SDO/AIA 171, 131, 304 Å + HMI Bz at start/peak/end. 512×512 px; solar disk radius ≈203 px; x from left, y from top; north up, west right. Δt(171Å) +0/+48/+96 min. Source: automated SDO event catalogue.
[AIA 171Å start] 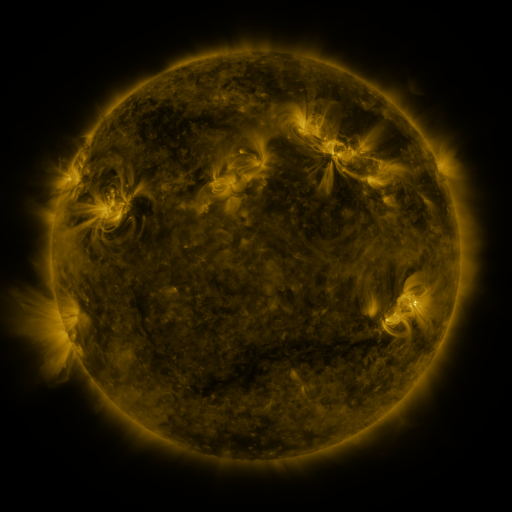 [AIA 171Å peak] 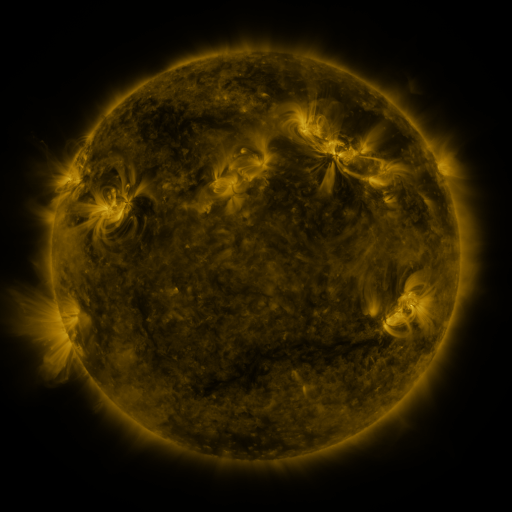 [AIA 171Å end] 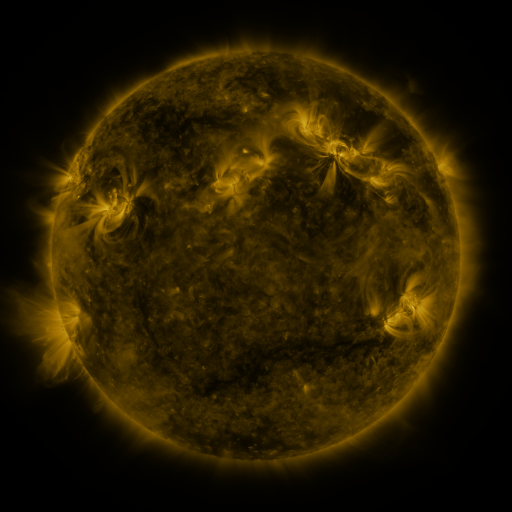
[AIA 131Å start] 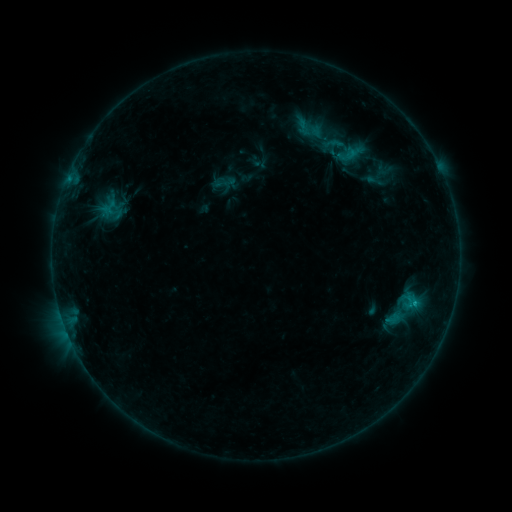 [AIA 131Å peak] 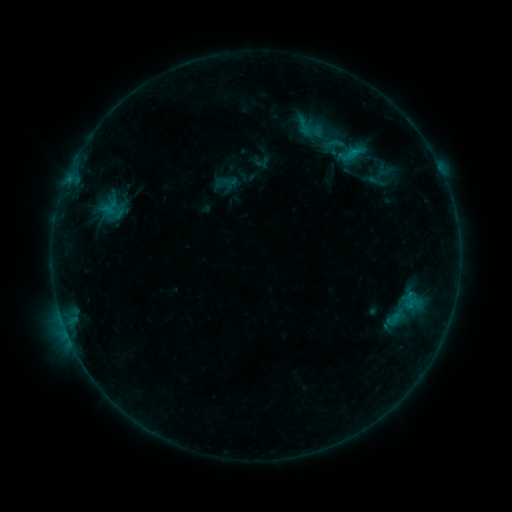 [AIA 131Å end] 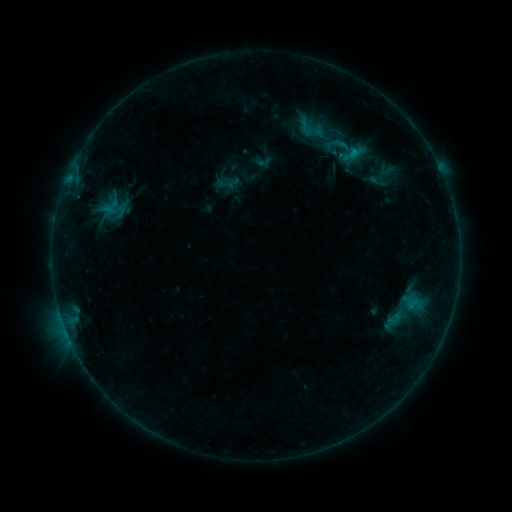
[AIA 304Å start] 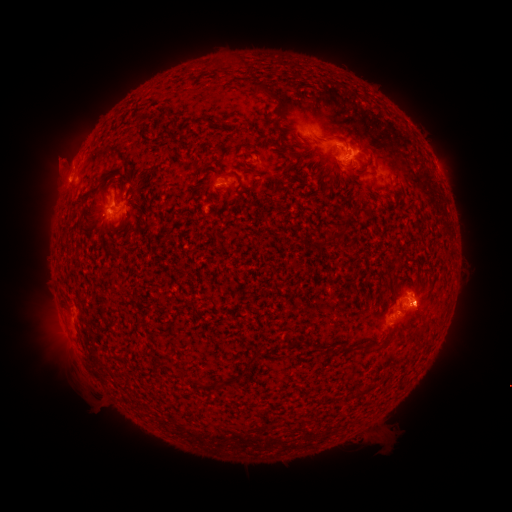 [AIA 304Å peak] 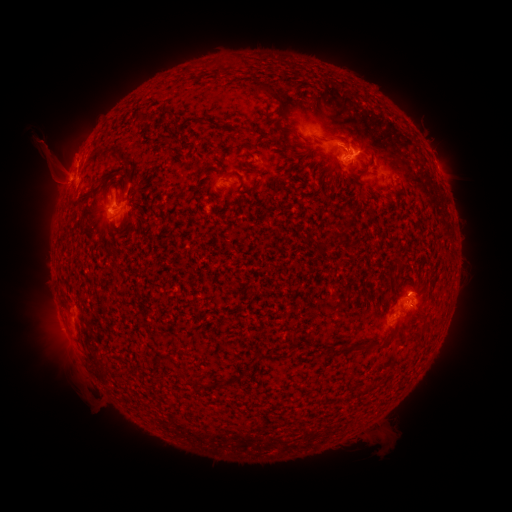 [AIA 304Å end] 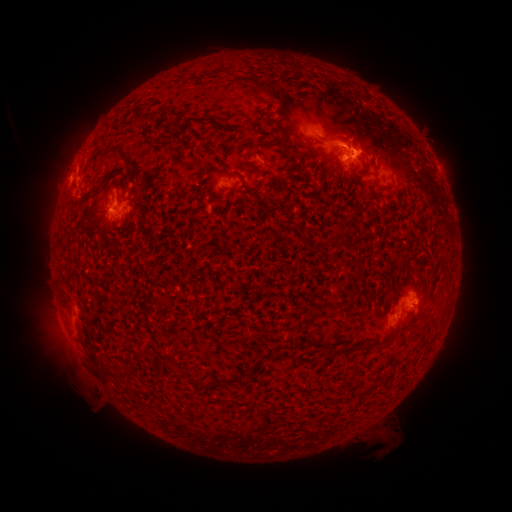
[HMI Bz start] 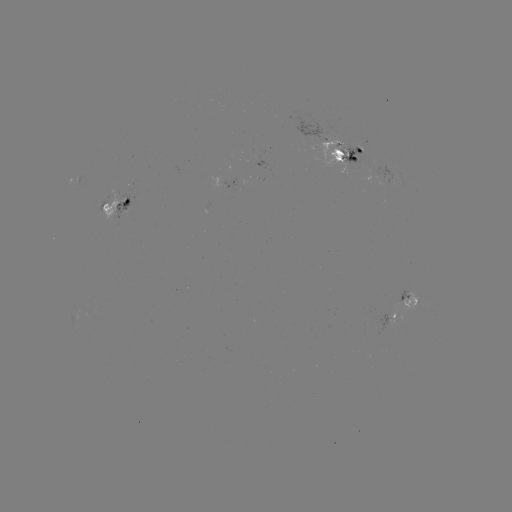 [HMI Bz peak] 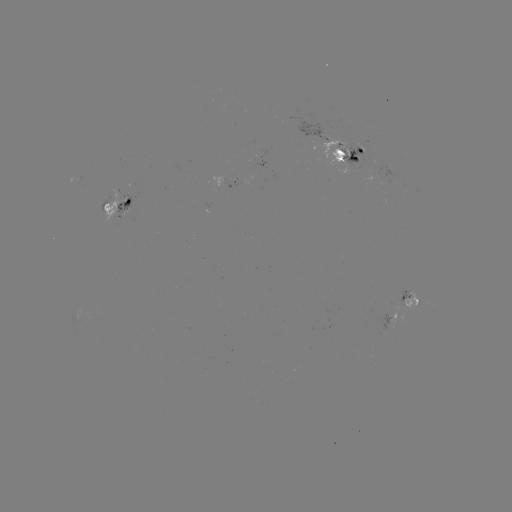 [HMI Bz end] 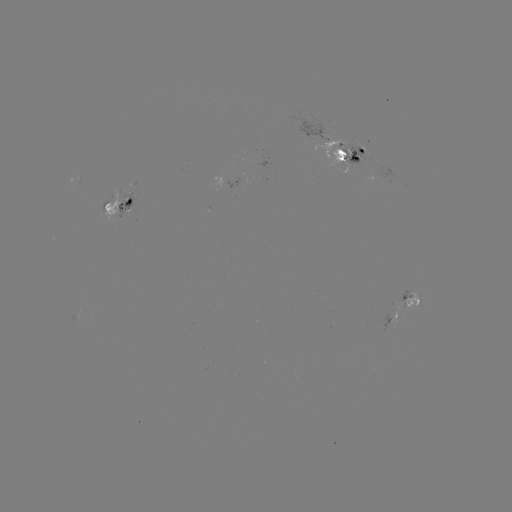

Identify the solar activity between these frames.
emerging-flux region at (107, 206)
